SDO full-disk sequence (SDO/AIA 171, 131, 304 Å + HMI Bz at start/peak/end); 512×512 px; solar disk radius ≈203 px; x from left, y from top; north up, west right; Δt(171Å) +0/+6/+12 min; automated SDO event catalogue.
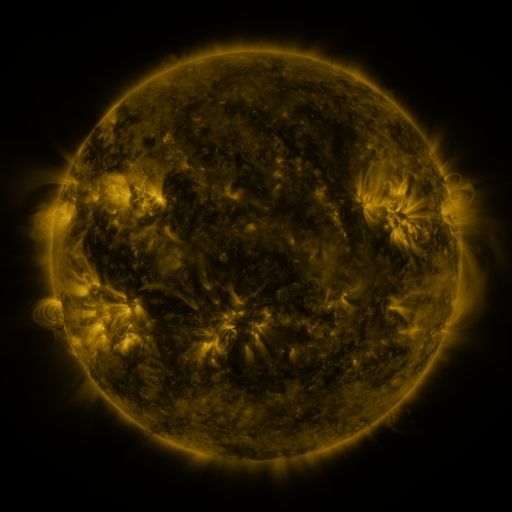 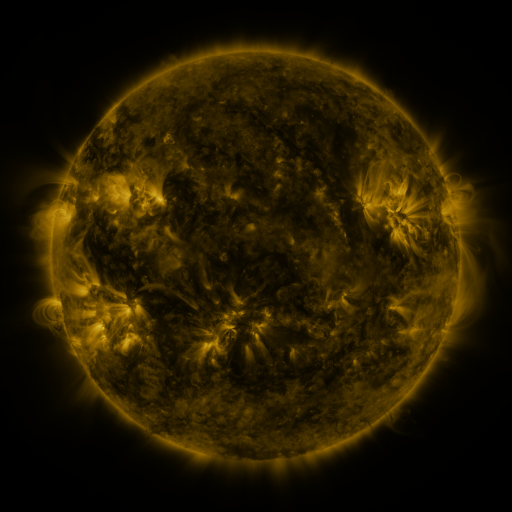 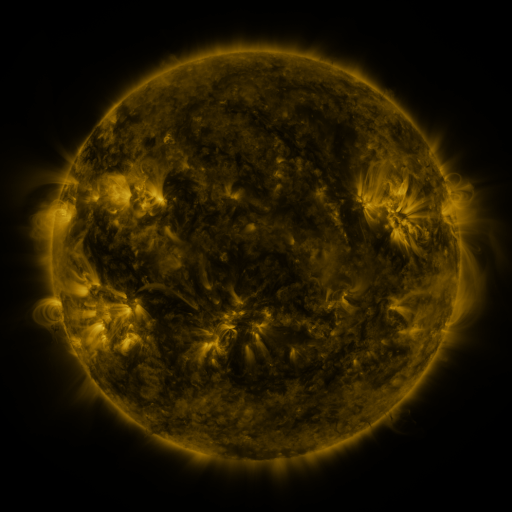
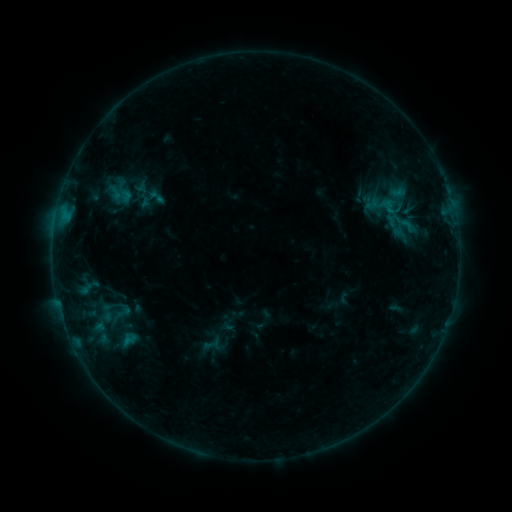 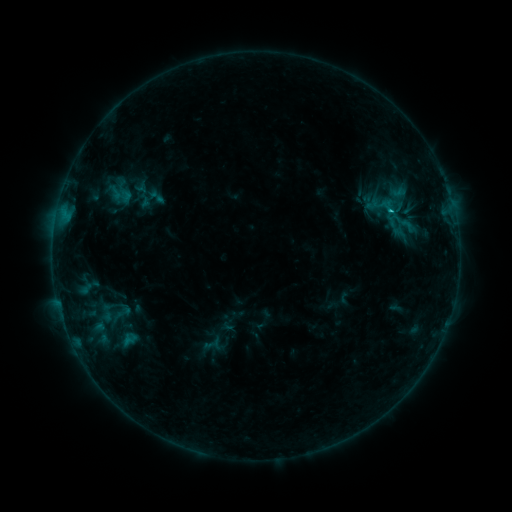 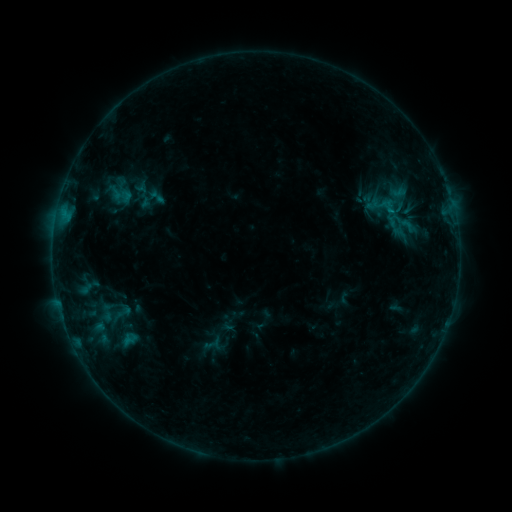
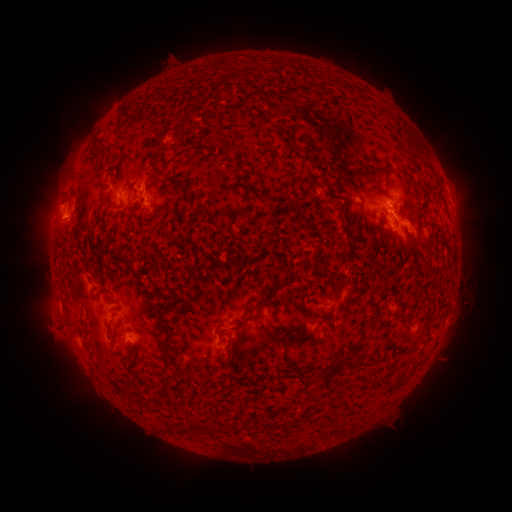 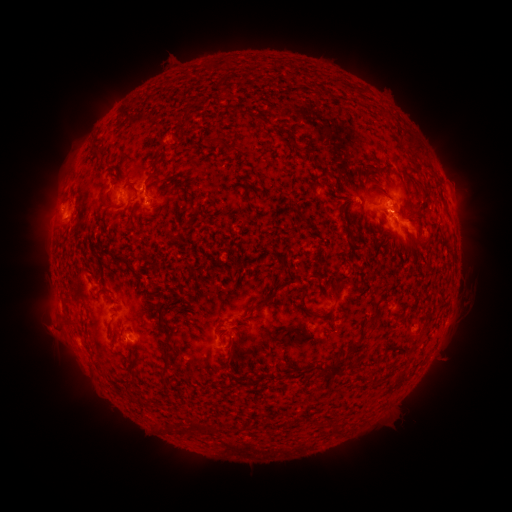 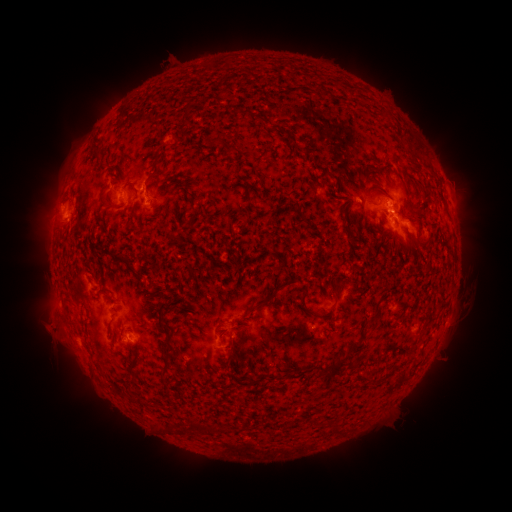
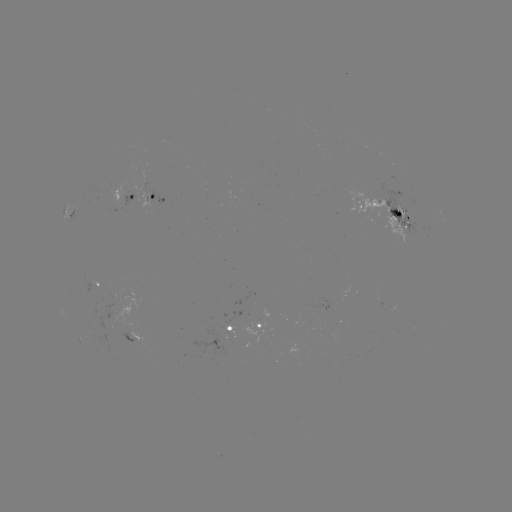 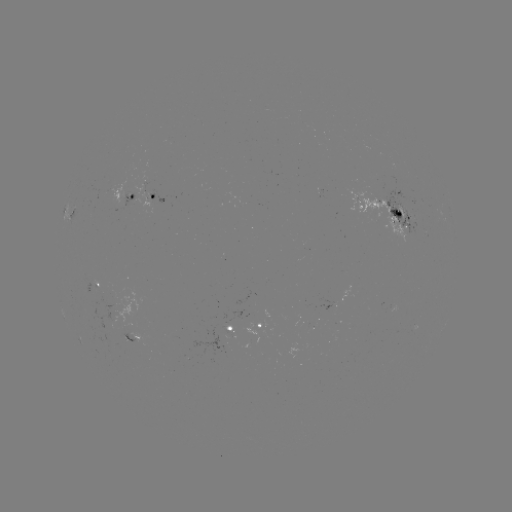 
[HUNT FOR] B7.0 flare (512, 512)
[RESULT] [390, 213]